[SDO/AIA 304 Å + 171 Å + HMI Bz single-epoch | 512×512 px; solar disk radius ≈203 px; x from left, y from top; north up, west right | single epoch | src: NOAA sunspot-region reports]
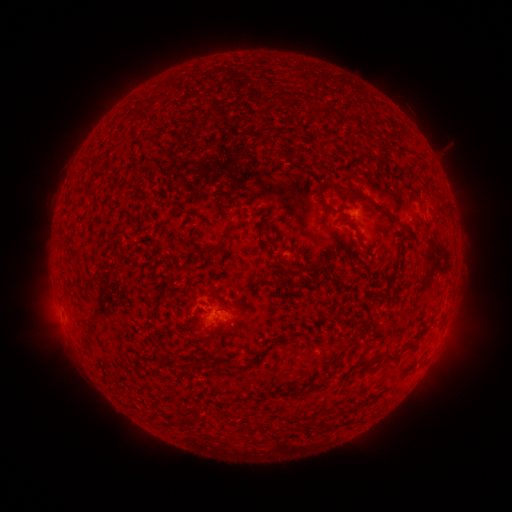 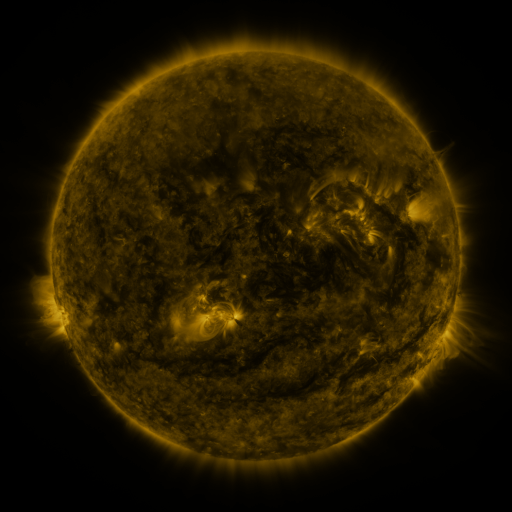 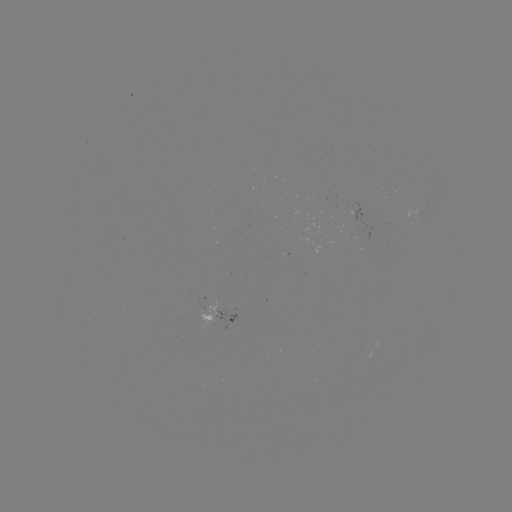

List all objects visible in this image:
spotted active region: (362, 215)
spotted active region: (221, 317)
